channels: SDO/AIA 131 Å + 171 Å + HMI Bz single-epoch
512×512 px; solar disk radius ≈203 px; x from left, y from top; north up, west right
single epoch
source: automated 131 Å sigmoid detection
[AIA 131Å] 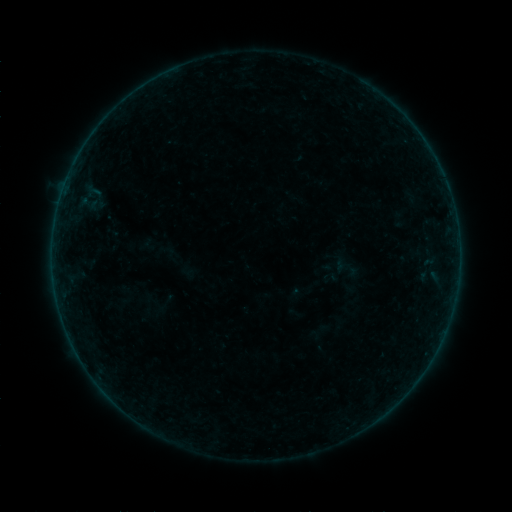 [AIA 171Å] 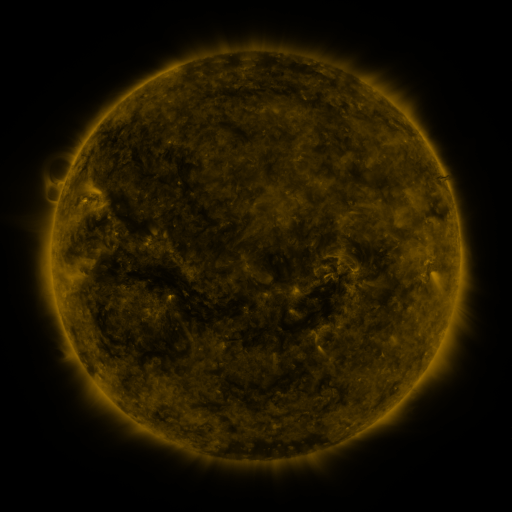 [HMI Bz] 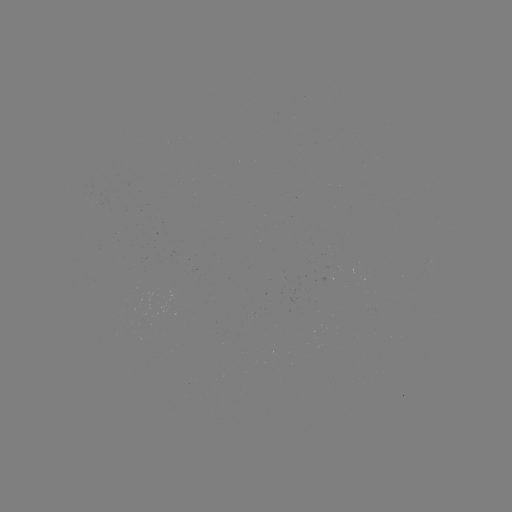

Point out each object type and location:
sigmoid: (350, 269)
